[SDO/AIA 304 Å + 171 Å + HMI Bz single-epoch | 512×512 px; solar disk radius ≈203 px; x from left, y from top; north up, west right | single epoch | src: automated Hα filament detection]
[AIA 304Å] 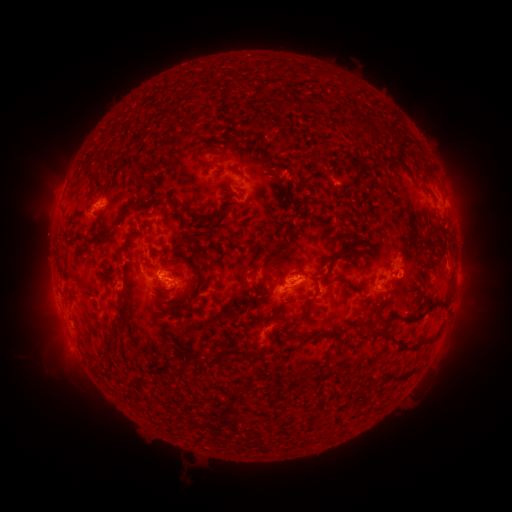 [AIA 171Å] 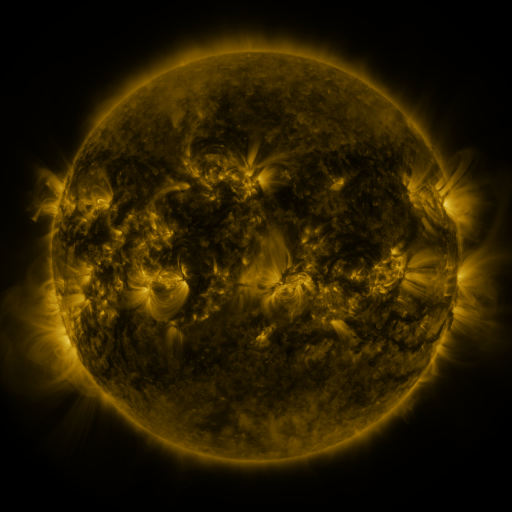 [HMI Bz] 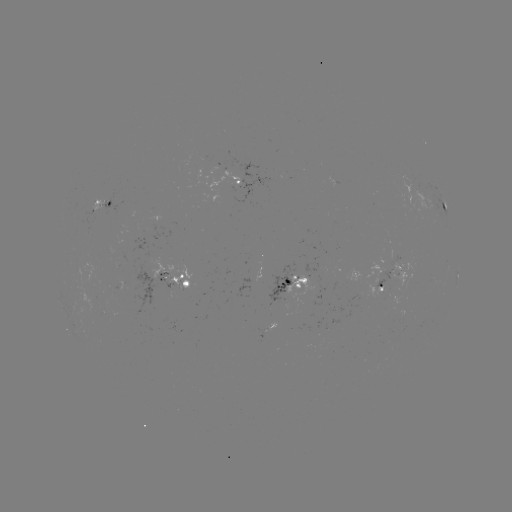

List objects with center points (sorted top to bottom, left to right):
filament: (323, 76)
filament: (202, 165)
filament: (225, 169)
filament: (143, 183)
filament: (92, 192)
filament: (228, 199)
filament: (208, 206)
filament: (174, 208)
filament: (166, 222)
filament: (149, 226)
filament: (195, 239)
filament: (75, 241)
filament: (181, 243)
filament: (119, 252)
filament: (342, 253)
filament: (202, 255)
filament: (211, 258)
filament: (60, 261)
filament: (263, 270)
filament: (198, 297)
filament: (437, 301)
filament: (304, 313)
filament: (417, 317)
filament: (266, 318)
filament: (379, 332)
filament: (304, 337)
filament: (426, 339)
filament: (111, 344)
filament: (244, 353)
filament: (408, 372)
